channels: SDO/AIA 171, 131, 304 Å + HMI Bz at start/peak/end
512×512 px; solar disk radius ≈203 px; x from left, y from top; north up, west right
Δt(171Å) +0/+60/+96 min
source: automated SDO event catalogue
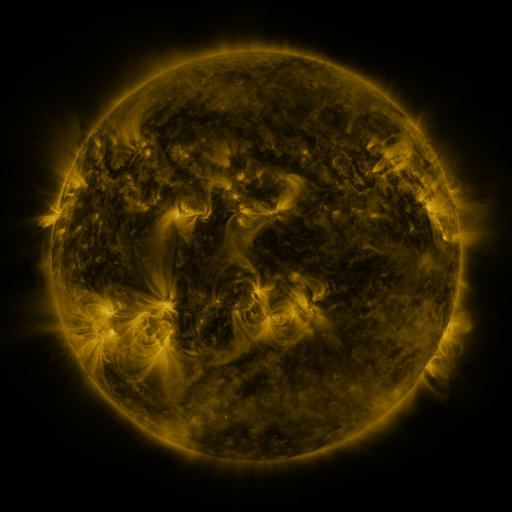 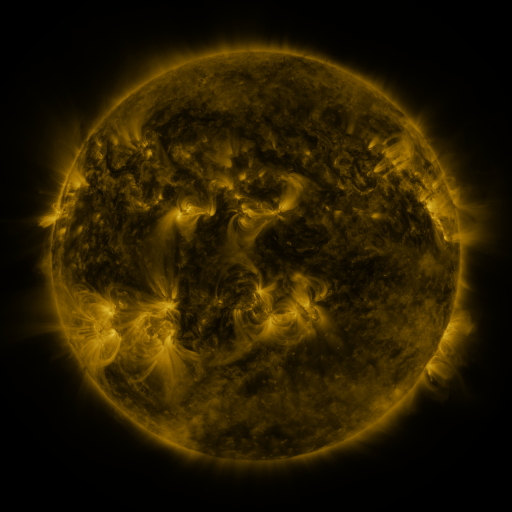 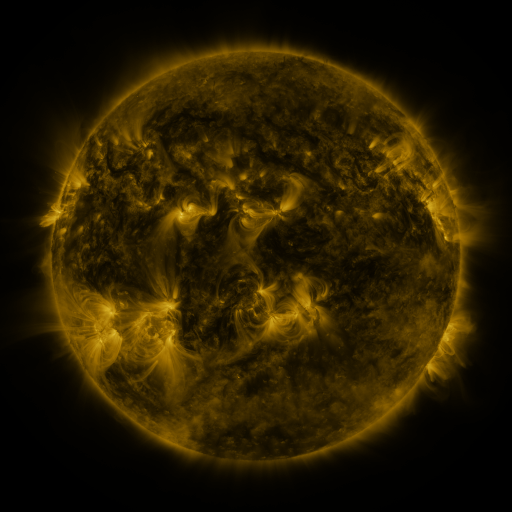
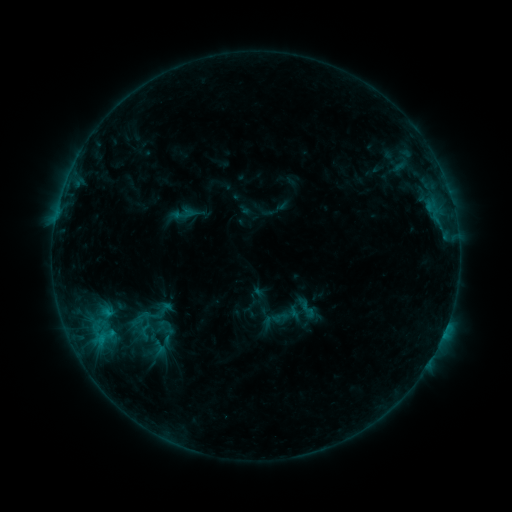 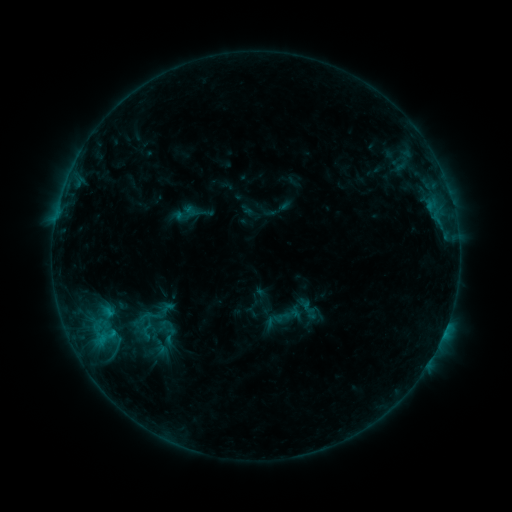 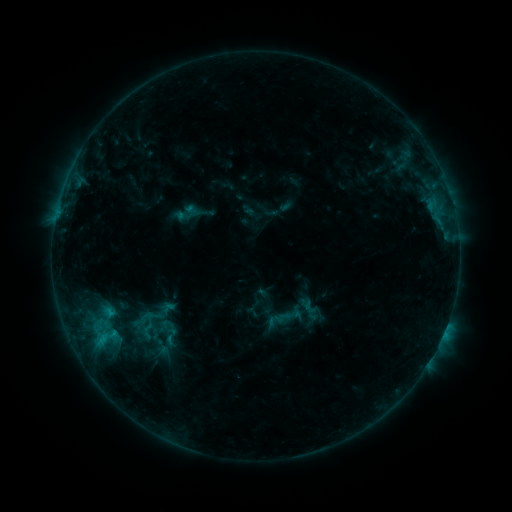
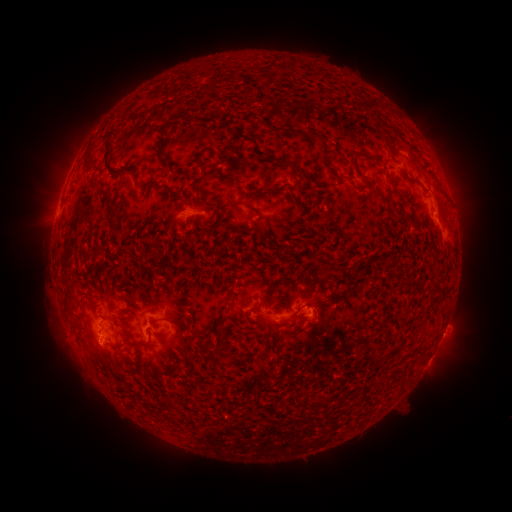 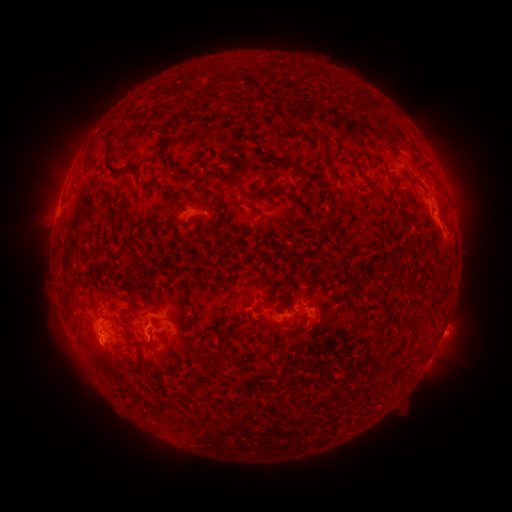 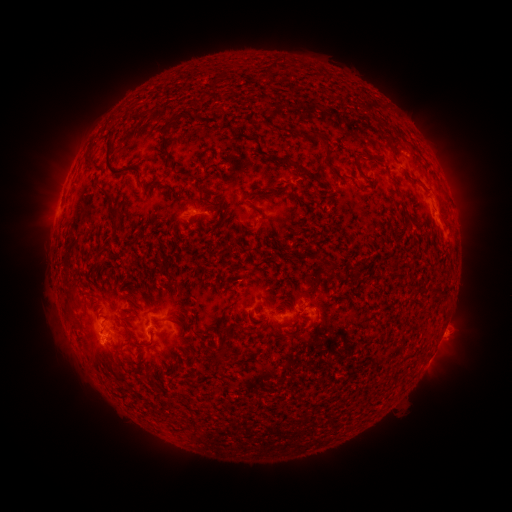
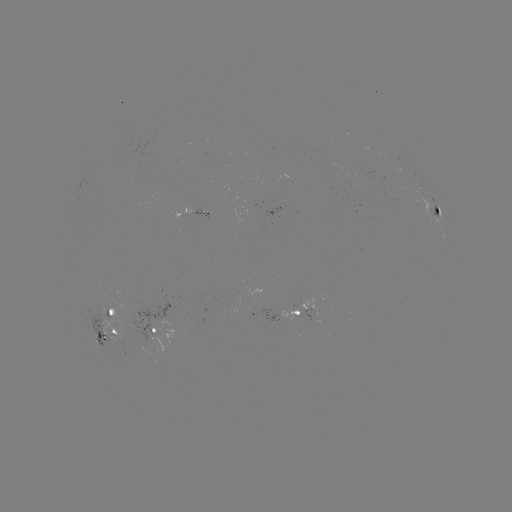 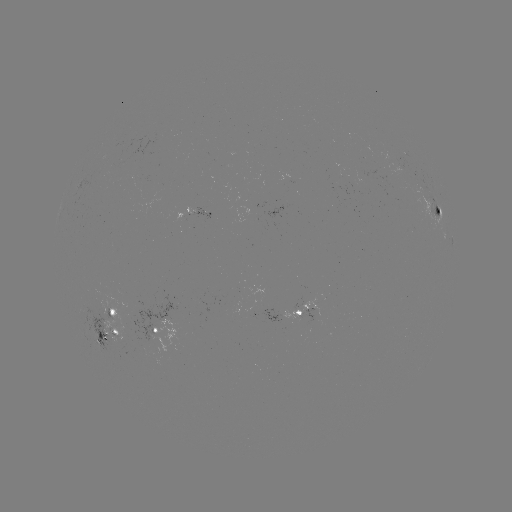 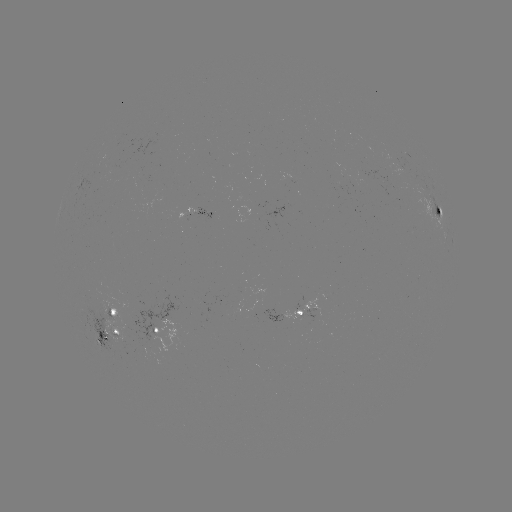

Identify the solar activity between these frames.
emerging-flux region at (262, 291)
